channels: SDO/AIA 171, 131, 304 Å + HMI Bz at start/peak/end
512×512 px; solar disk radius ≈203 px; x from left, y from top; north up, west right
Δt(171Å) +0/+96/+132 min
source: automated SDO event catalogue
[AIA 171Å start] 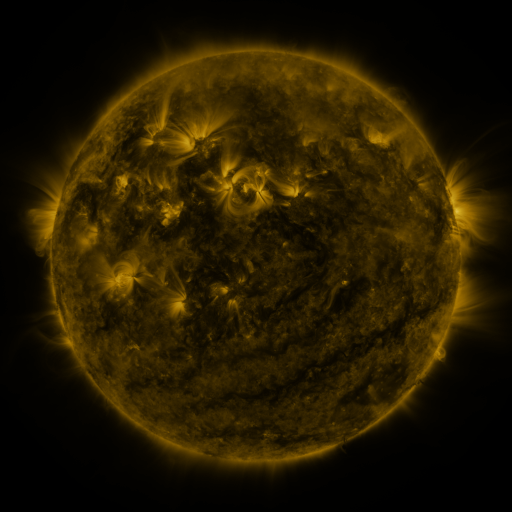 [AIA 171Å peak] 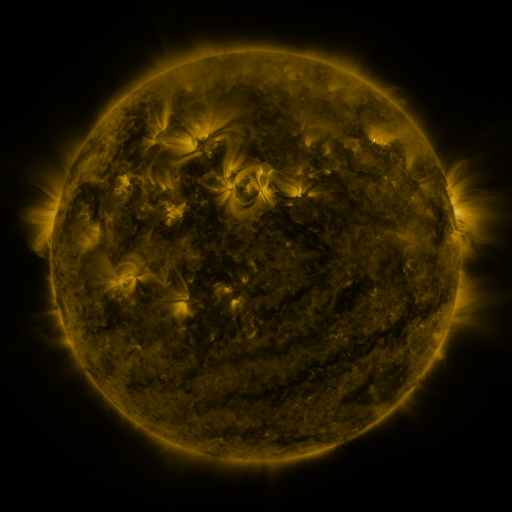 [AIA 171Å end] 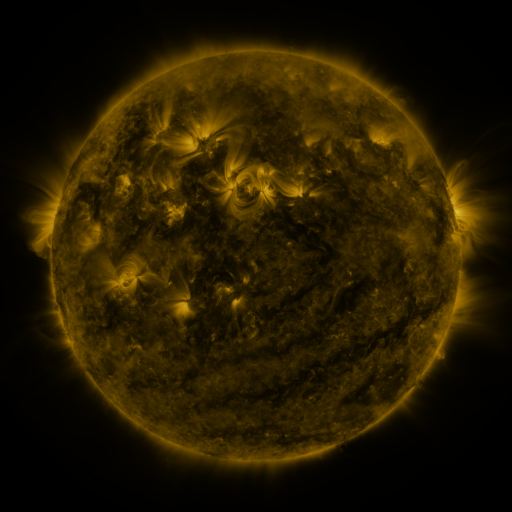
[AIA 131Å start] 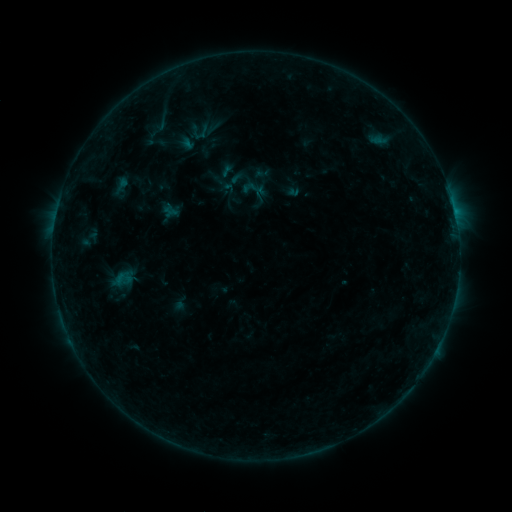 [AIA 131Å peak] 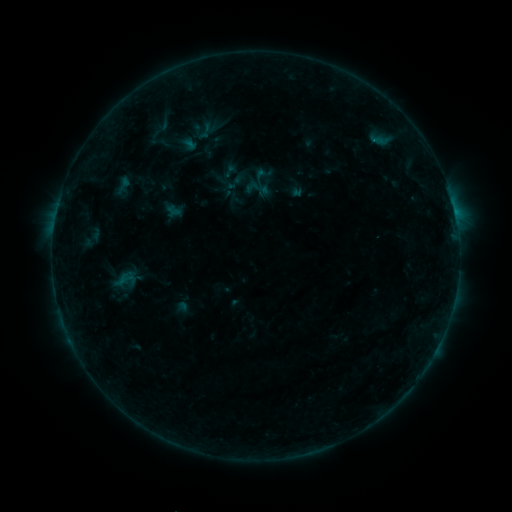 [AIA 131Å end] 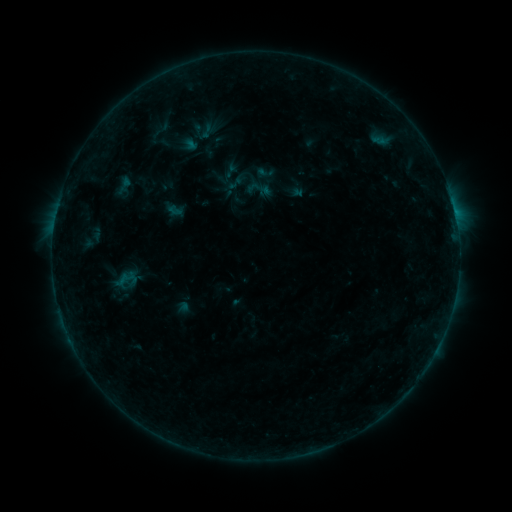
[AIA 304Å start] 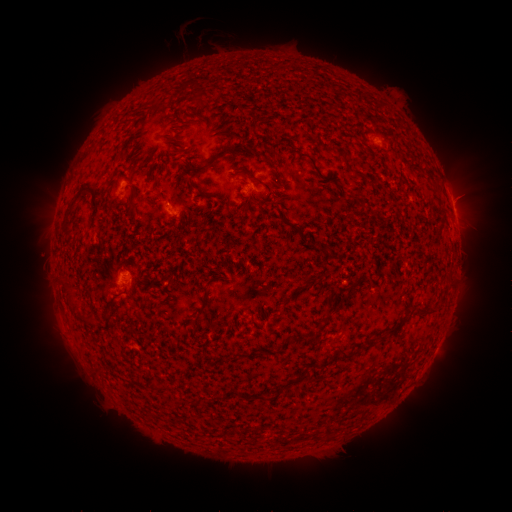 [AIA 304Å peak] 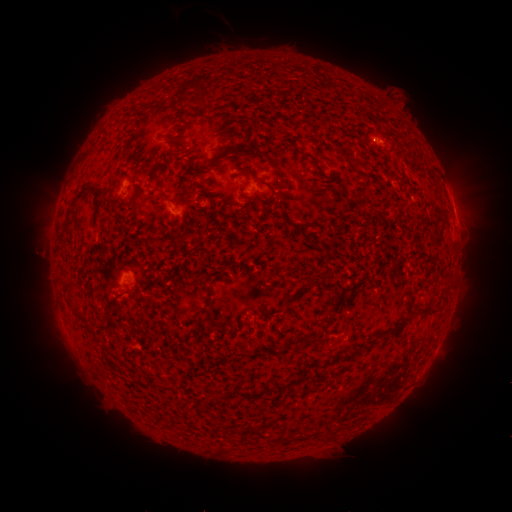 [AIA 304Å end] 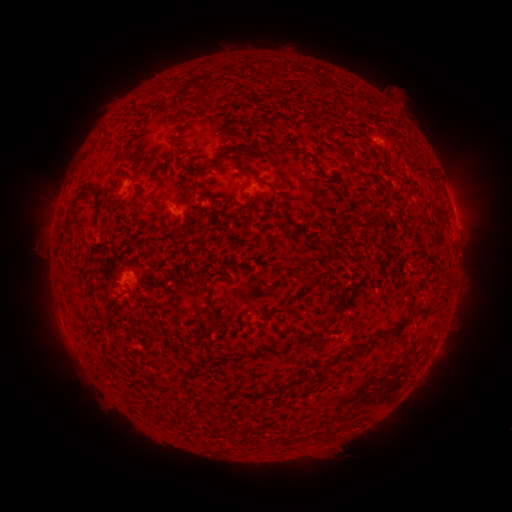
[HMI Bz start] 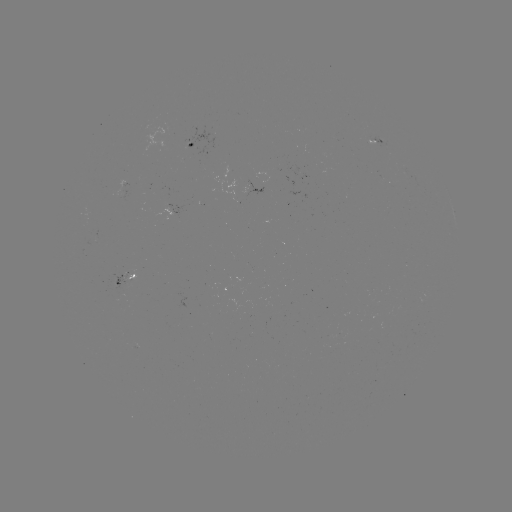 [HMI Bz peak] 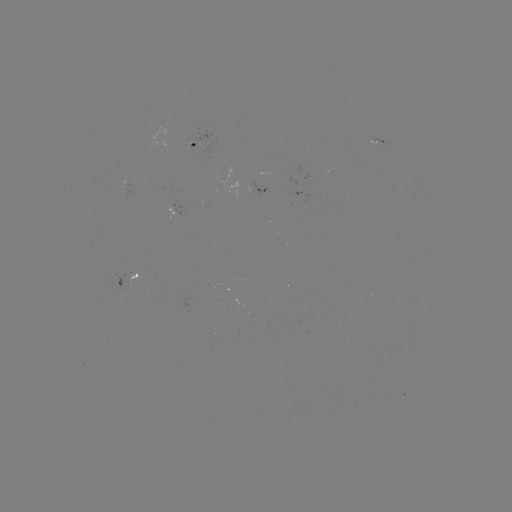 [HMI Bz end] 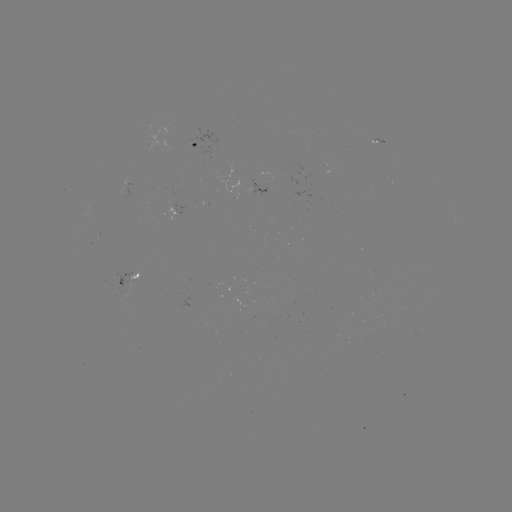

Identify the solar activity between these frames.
emerging-flux region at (372, 140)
